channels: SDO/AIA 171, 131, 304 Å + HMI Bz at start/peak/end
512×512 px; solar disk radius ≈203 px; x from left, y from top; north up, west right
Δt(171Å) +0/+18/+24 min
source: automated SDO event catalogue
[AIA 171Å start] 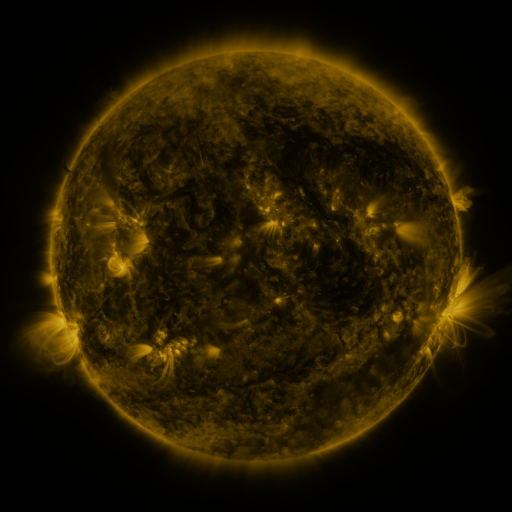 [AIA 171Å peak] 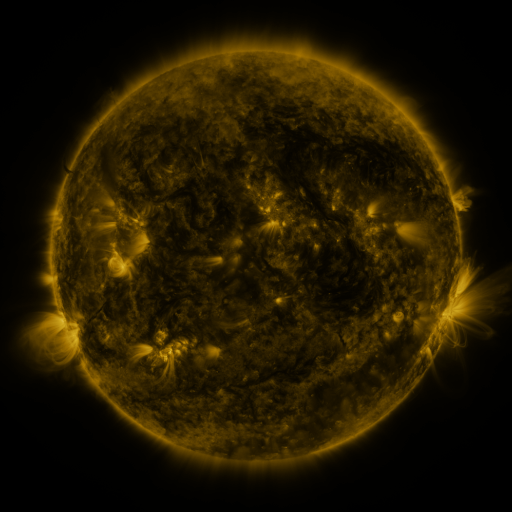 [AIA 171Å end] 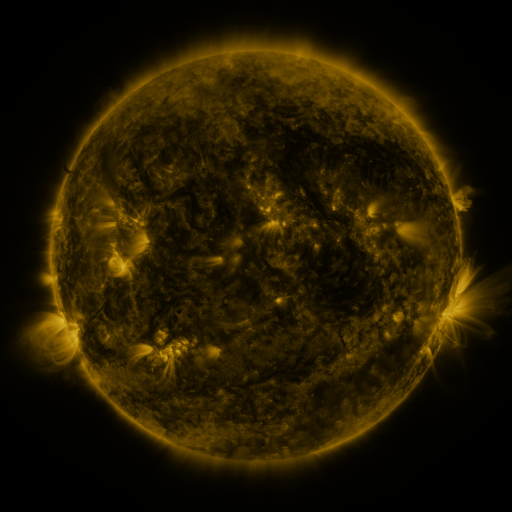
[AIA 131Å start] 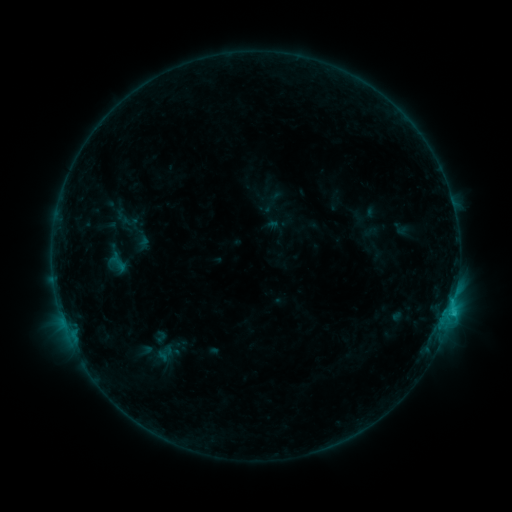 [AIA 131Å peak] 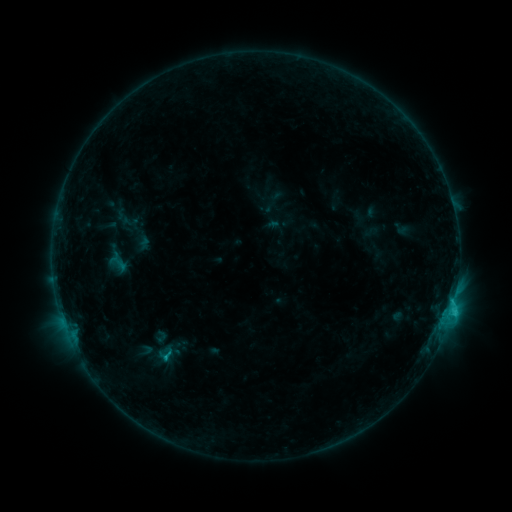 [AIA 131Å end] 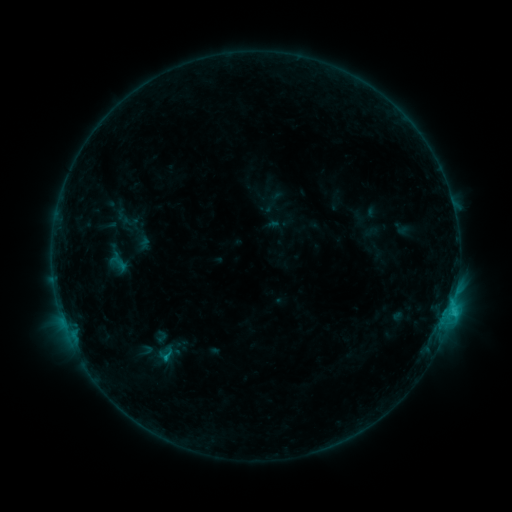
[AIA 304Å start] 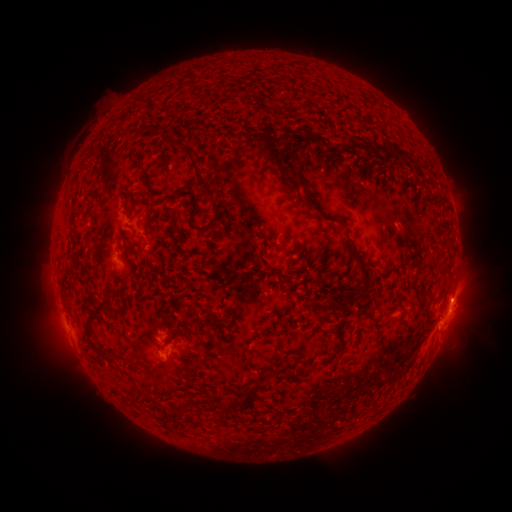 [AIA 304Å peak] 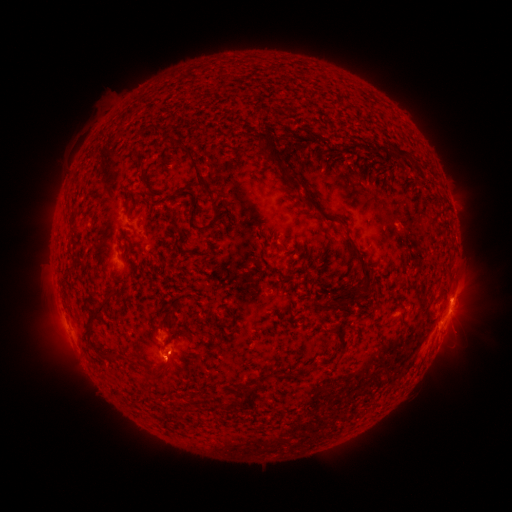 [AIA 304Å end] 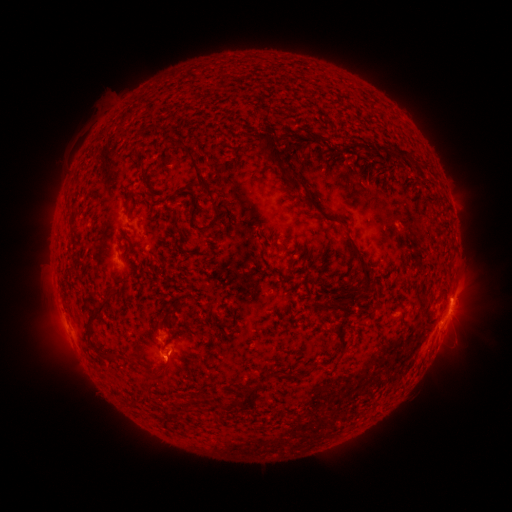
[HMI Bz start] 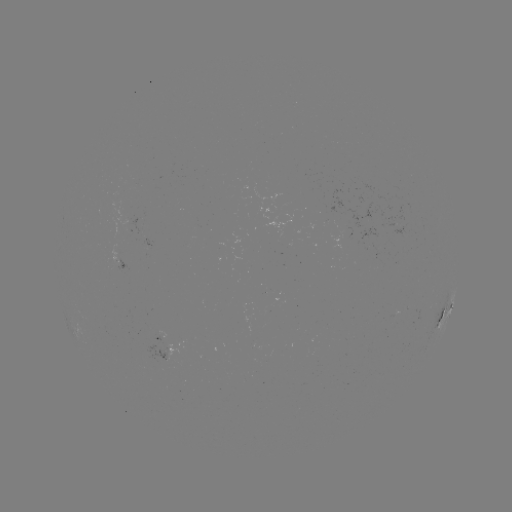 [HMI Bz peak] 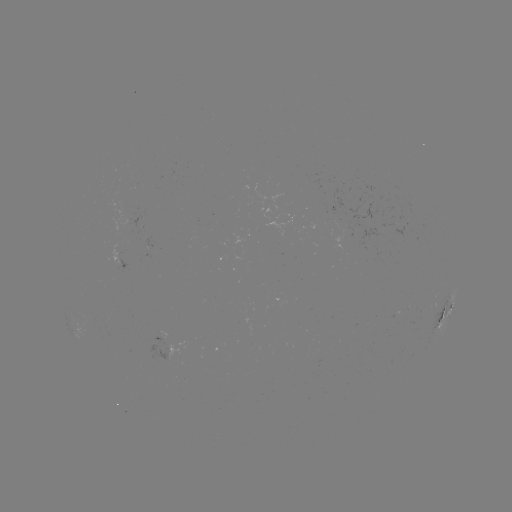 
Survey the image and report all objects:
C1.4 flare: (167, 355)
